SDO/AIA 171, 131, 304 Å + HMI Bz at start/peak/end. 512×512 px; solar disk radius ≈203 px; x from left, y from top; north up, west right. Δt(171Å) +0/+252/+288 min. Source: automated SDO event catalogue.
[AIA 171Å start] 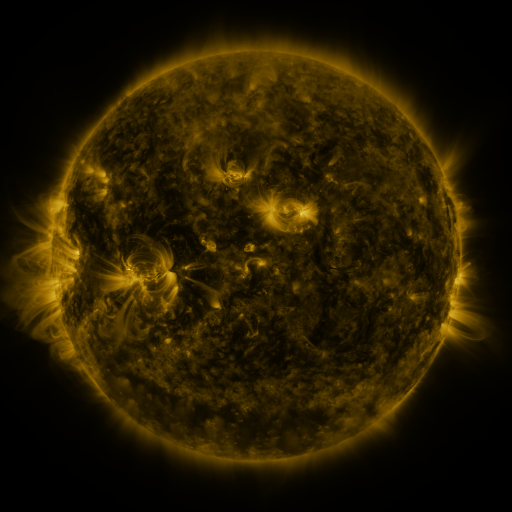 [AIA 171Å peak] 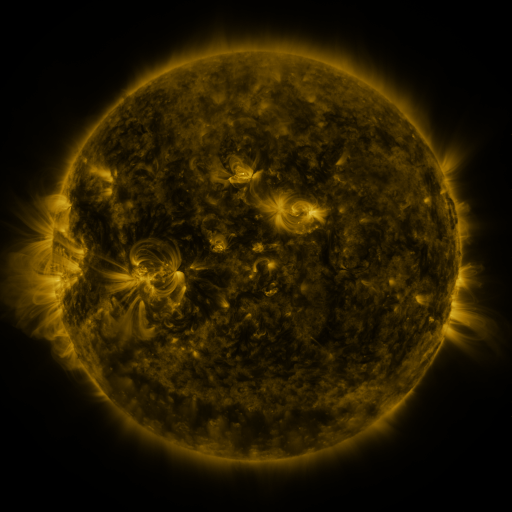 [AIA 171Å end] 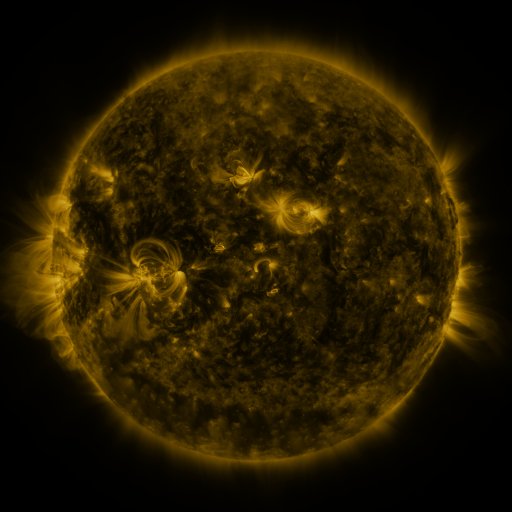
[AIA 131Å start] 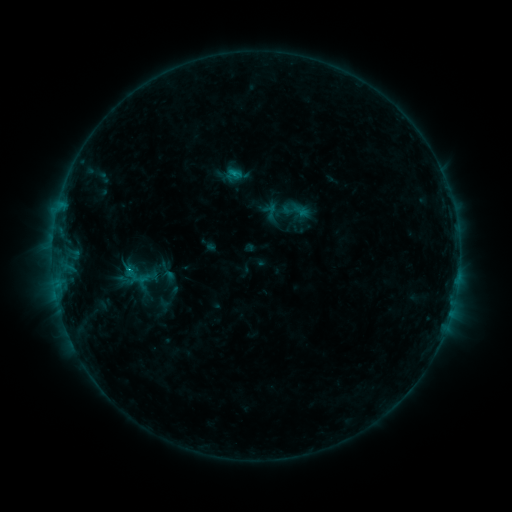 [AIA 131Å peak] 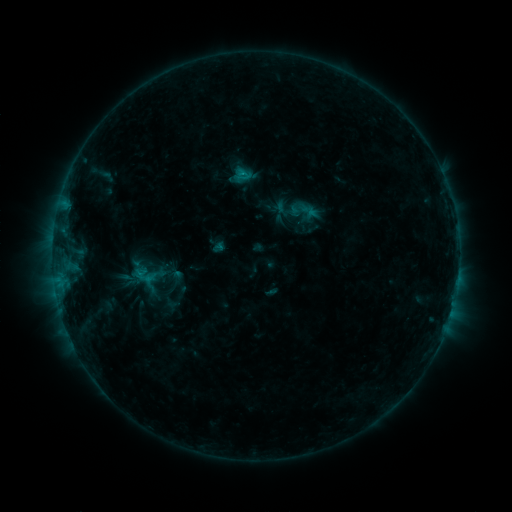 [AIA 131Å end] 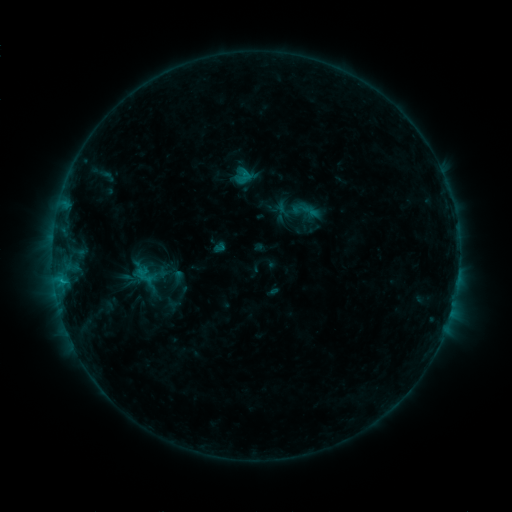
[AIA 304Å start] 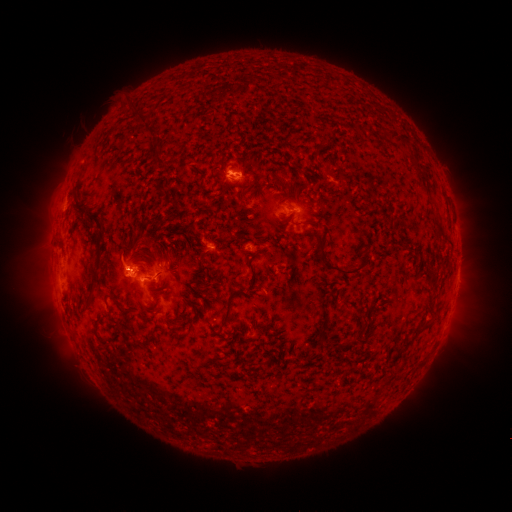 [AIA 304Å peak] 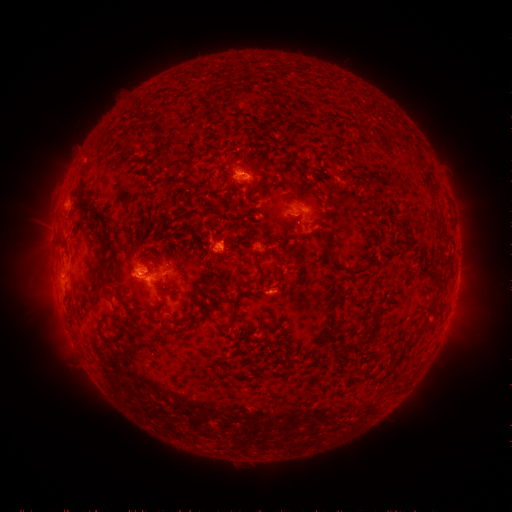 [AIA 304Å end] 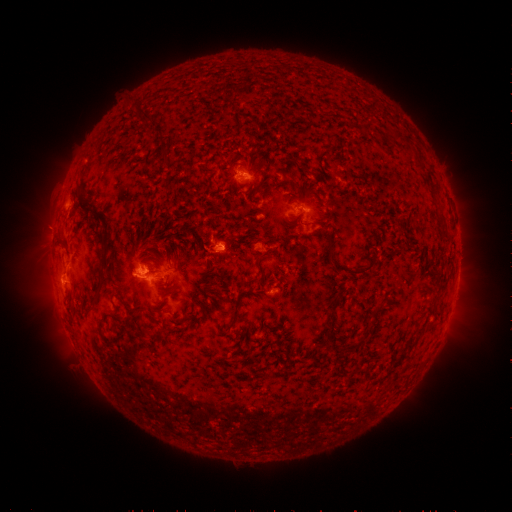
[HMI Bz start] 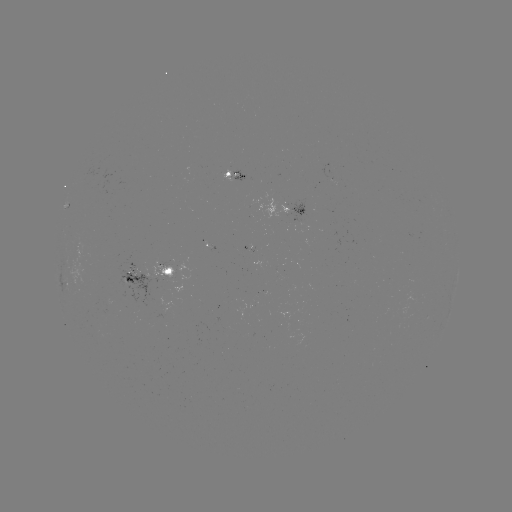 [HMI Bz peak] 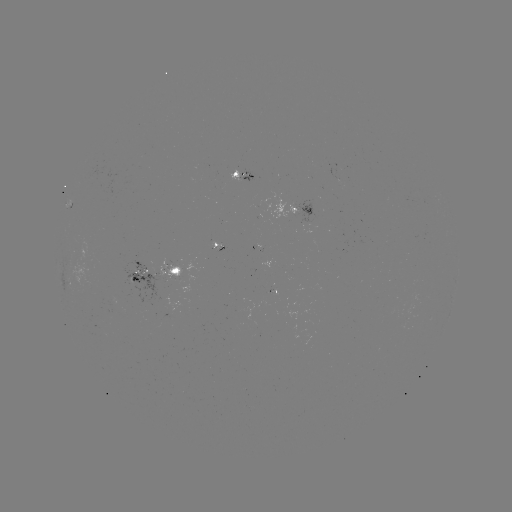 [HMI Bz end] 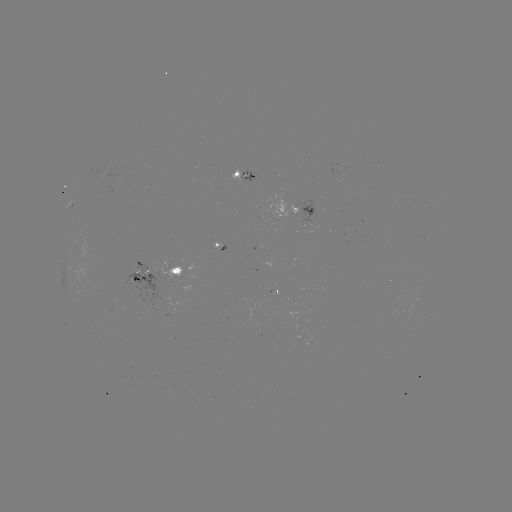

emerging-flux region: (263, 199, 298, 221)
